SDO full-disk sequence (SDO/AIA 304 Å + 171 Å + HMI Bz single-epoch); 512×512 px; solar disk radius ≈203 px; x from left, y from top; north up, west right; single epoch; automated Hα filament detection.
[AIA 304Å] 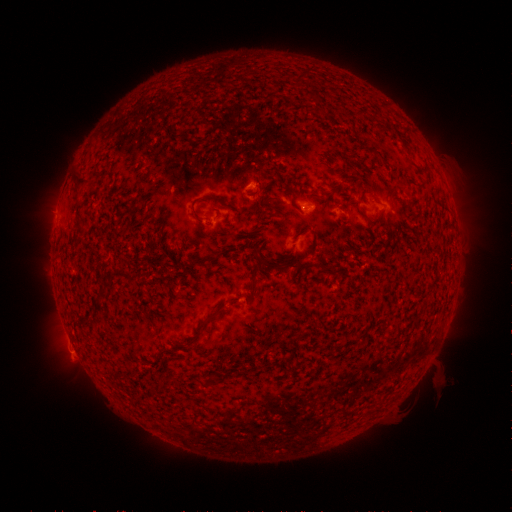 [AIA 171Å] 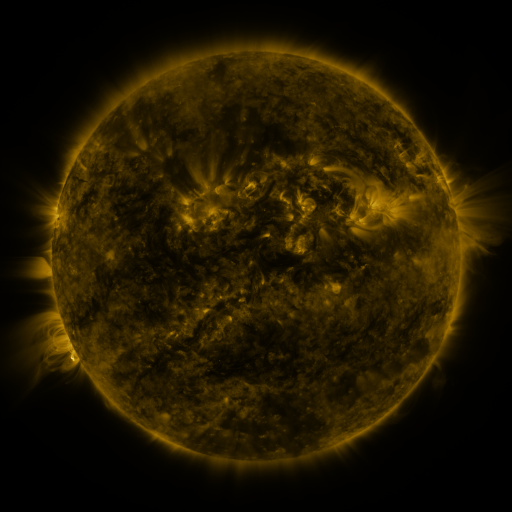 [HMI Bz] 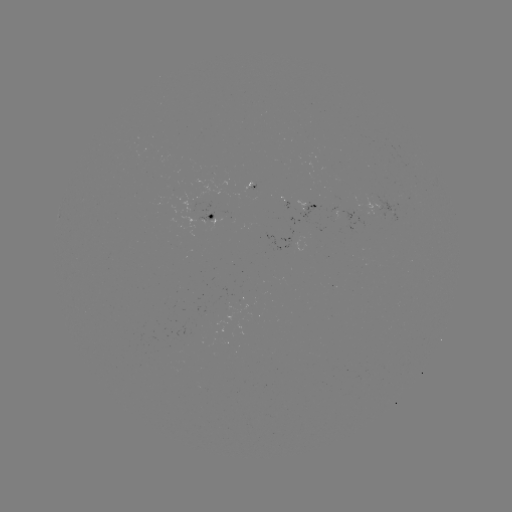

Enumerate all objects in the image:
filament: (294, 70, 308, 84)
filament: (72, 171, 93, 188)
filament: (291, 180, 301, 188)
filament: (190, 194, 236, 223)
filament: (263, 195, 275, 203)
filament: (74, 214, 85, 232)
filament: (198, 249, 227, 263)
filament: (274, 262, 311, 271)
filament: (249, 274, 260, 294)
filament: (228, 295, 240, 303)
filament: (197, 307, 222, 333)
filament: (287, 352, 295, 363)
filament: (201, 376, 212, 387)
